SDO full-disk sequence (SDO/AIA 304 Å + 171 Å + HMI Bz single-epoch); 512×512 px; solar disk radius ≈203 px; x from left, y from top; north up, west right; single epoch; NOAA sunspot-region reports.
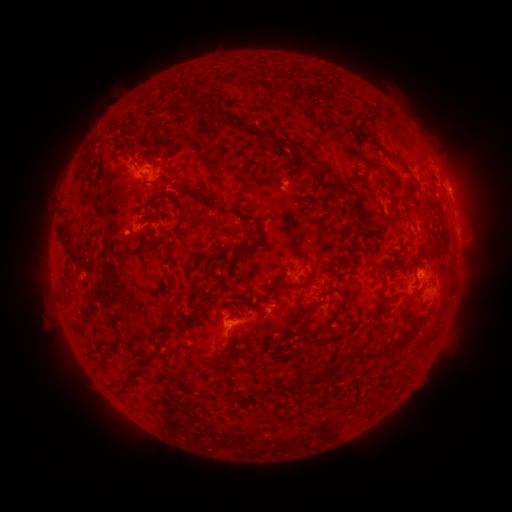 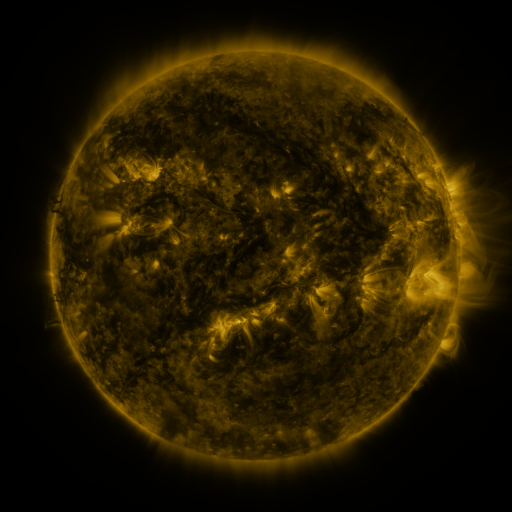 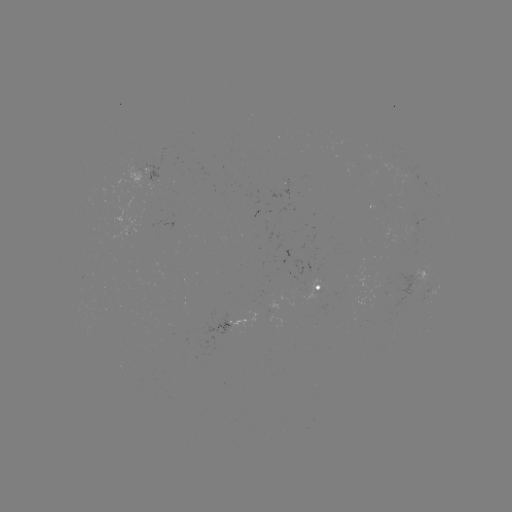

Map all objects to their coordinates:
spotted active region: (150, 174)
spotted active region: (449, 193)
spotted active region: (421, 273)
spotted active region: (324, 284)
spotted active region: (440, 288)
